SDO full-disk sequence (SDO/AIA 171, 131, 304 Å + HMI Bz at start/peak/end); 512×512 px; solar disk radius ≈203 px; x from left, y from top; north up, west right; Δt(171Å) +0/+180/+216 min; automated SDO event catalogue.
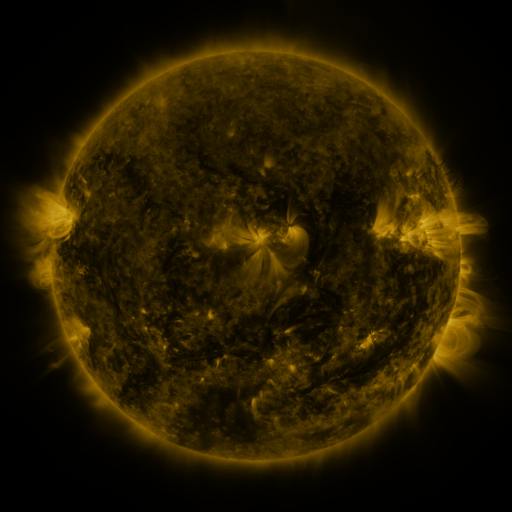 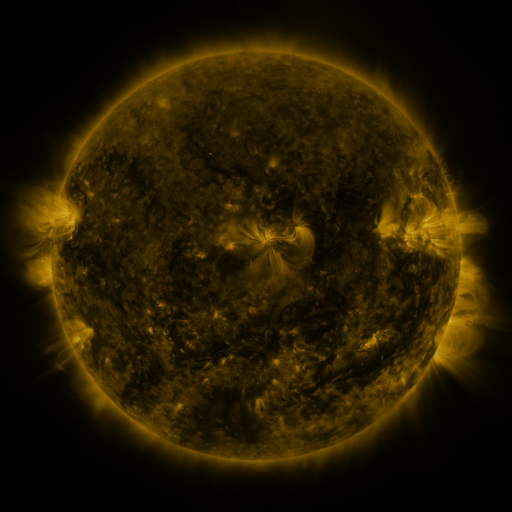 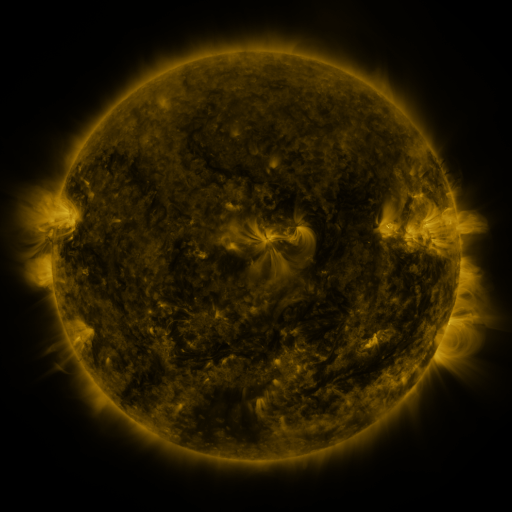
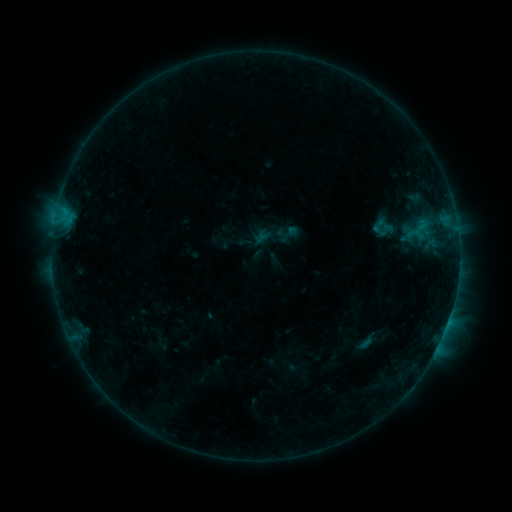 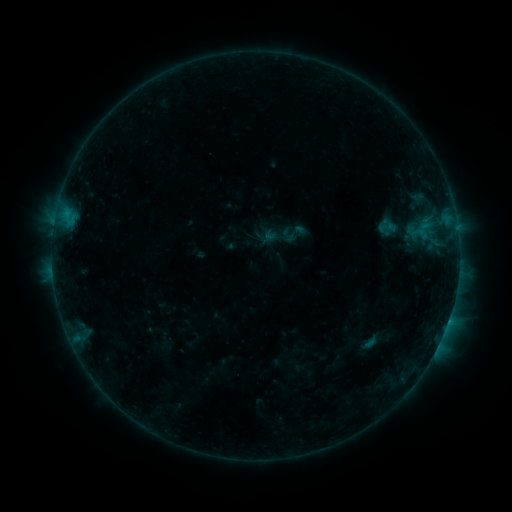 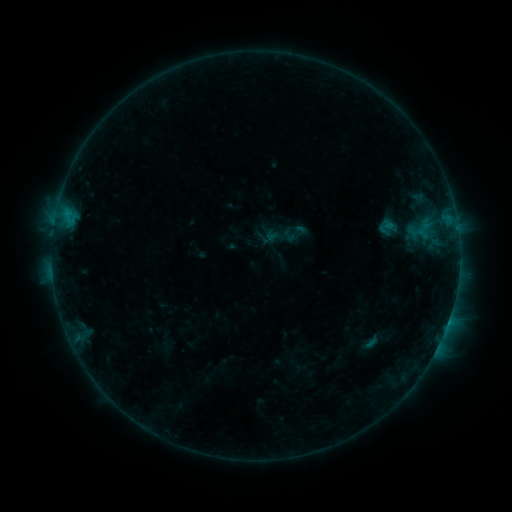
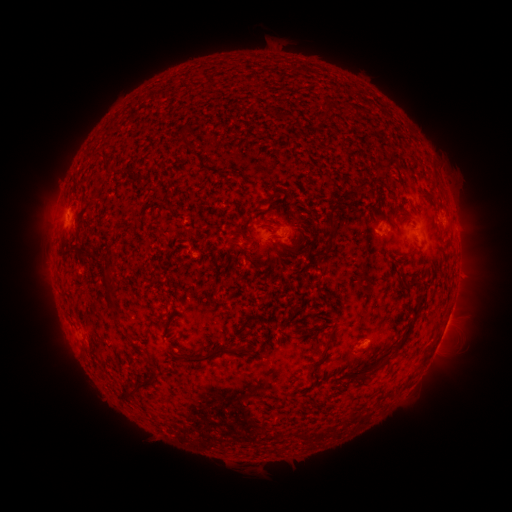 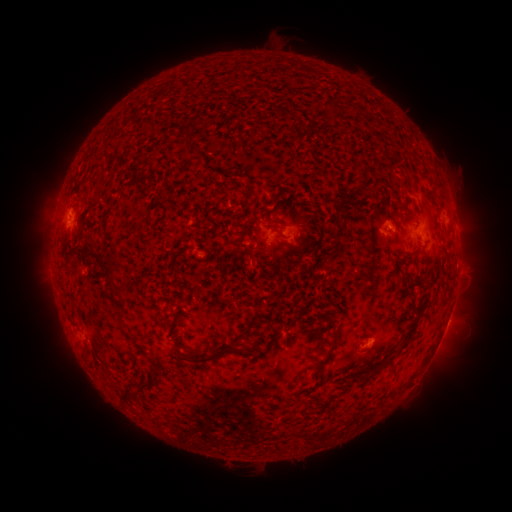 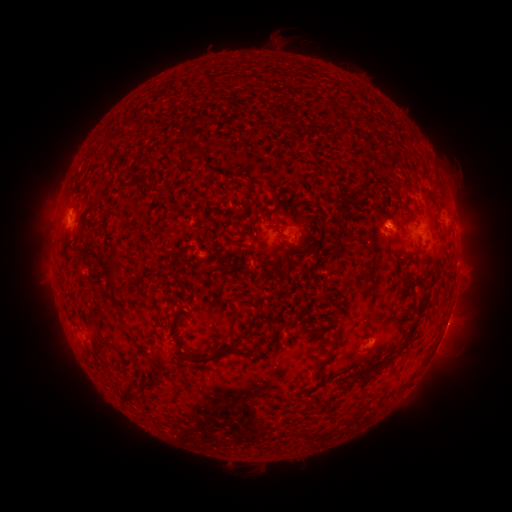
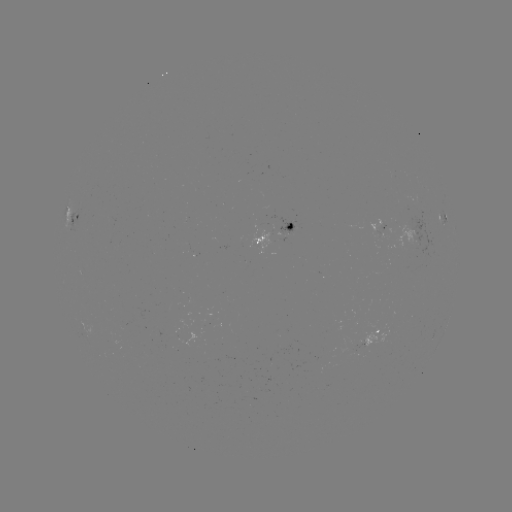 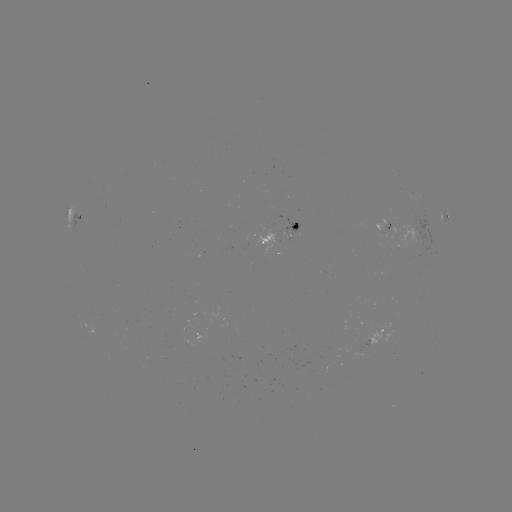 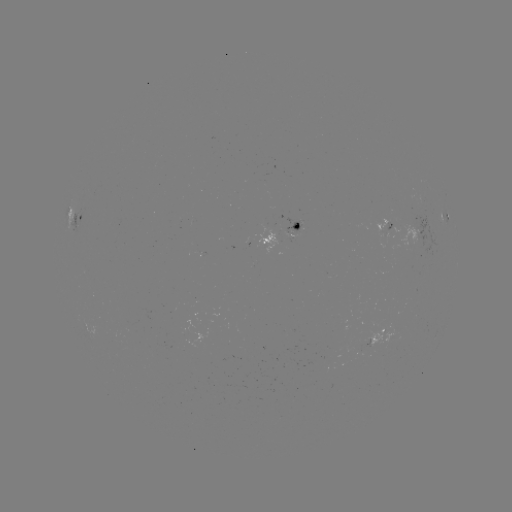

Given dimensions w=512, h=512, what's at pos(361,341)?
emerging-flux region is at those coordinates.